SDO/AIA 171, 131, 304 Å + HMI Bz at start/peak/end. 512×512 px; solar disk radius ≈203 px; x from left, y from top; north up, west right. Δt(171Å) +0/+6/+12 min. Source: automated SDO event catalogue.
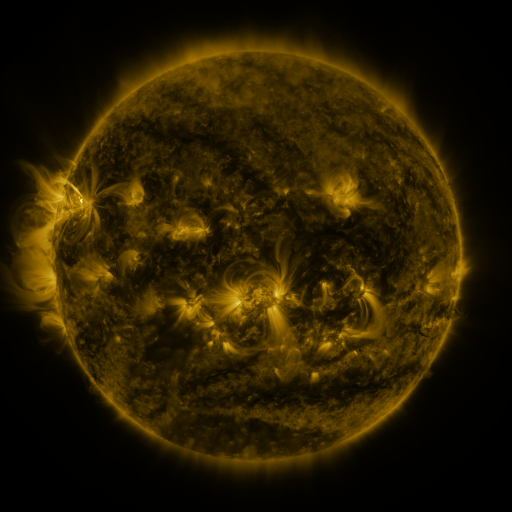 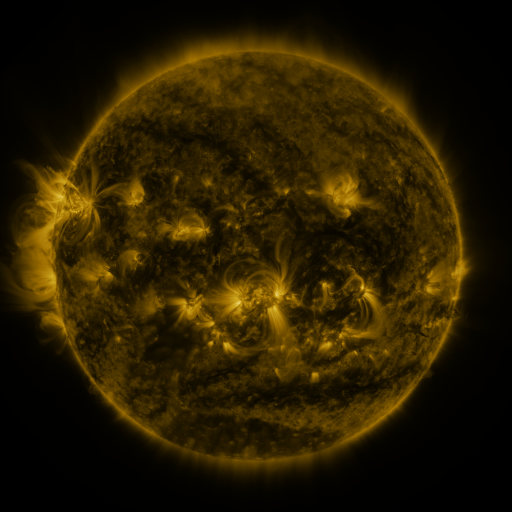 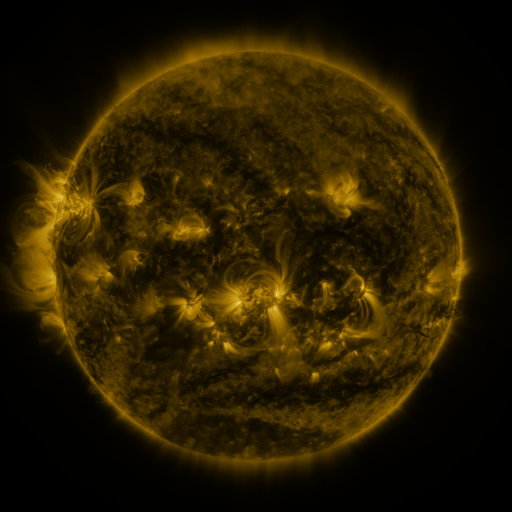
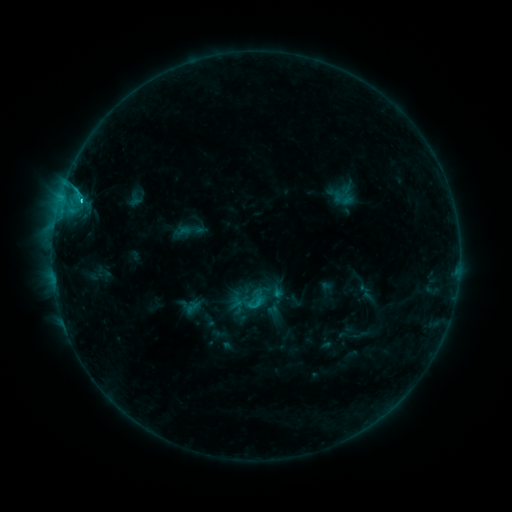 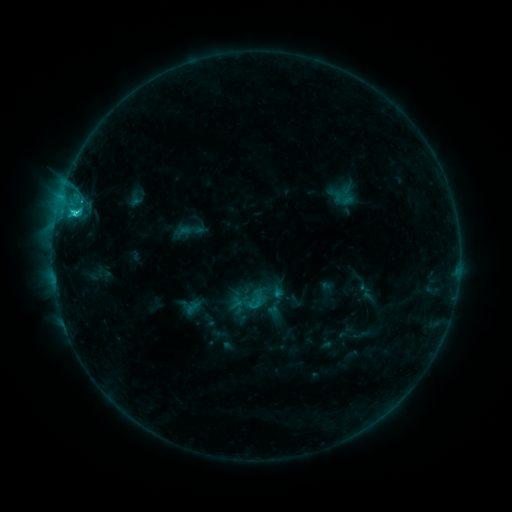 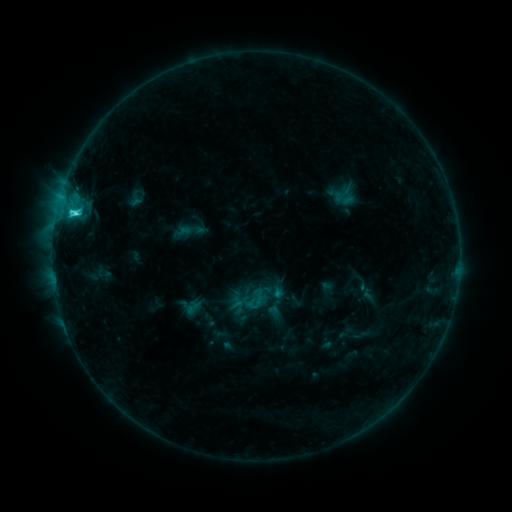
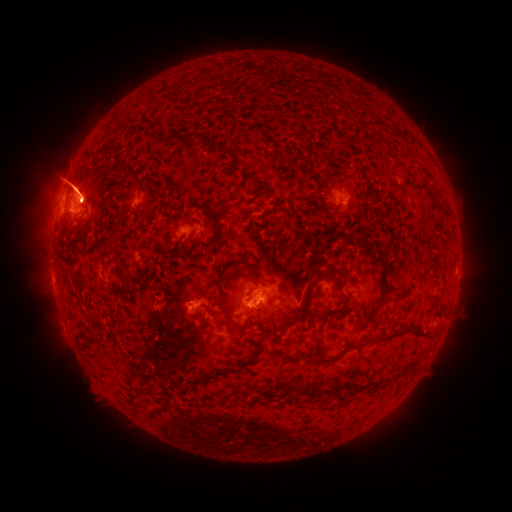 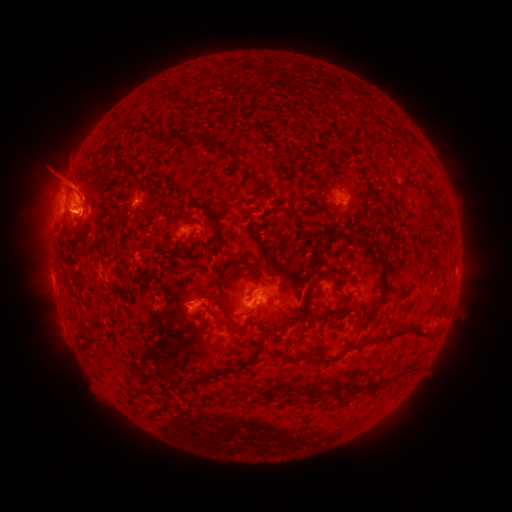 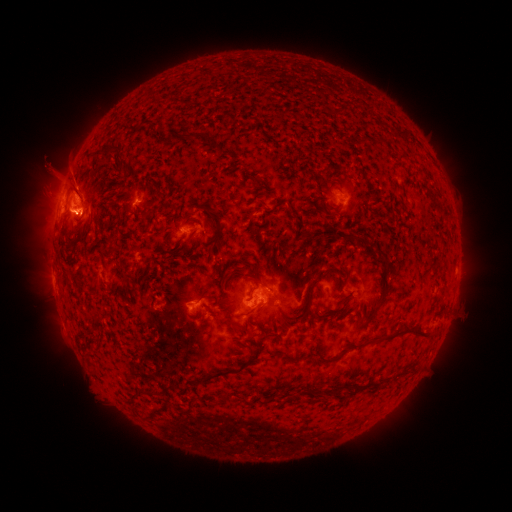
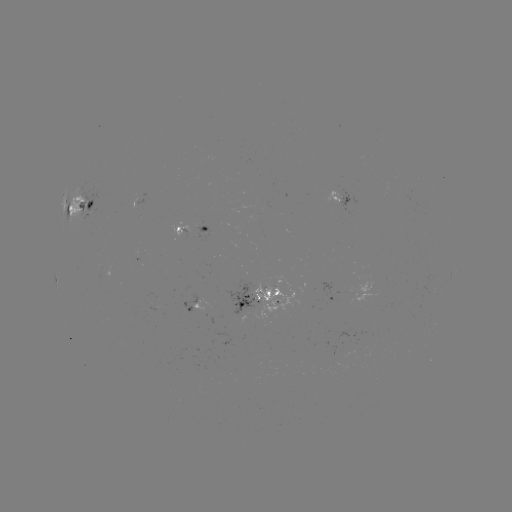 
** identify C3.0 flare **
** [75, 215] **